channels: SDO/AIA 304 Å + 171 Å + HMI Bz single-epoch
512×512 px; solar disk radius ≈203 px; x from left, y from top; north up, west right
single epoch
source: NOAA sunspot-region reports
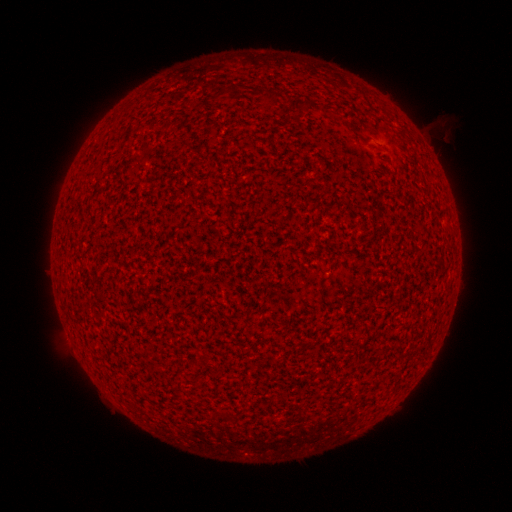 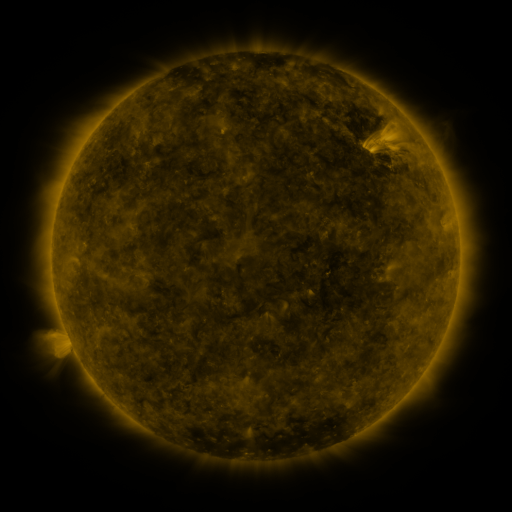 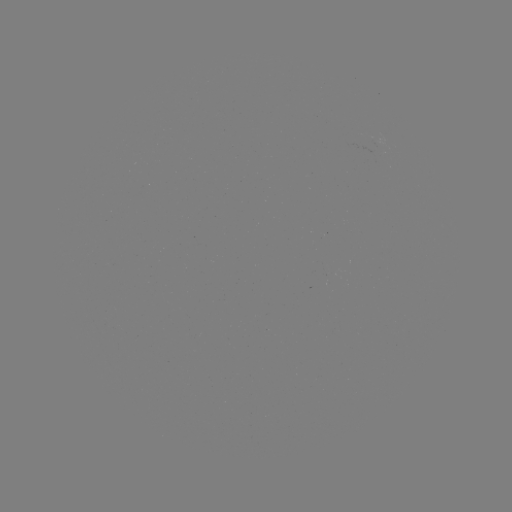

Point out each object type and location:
(none)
